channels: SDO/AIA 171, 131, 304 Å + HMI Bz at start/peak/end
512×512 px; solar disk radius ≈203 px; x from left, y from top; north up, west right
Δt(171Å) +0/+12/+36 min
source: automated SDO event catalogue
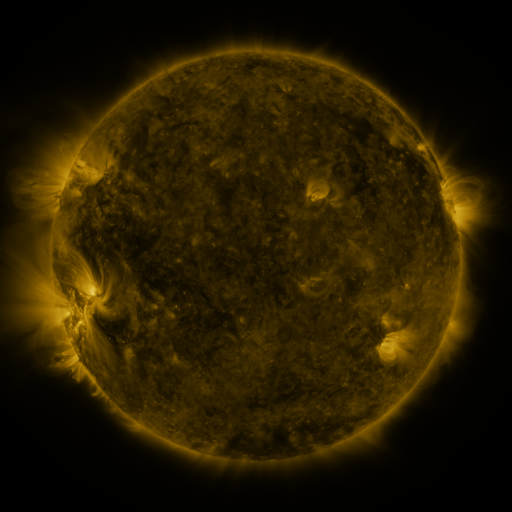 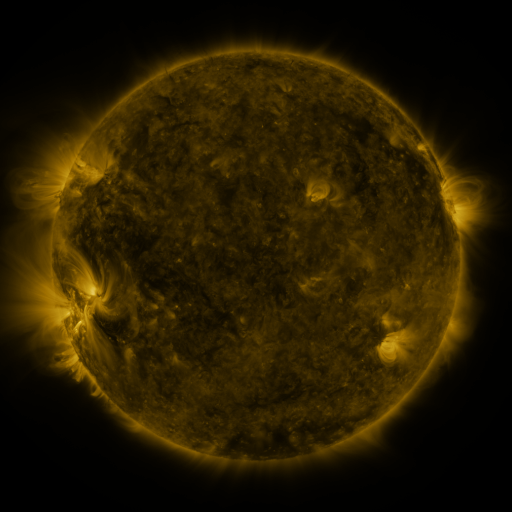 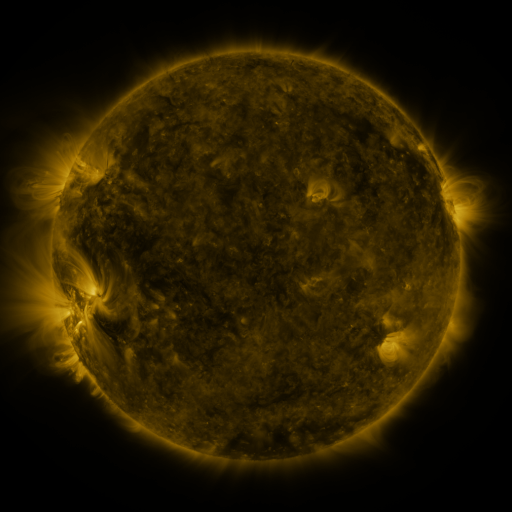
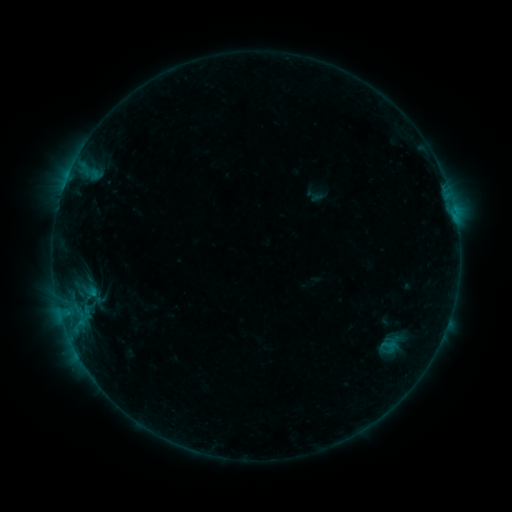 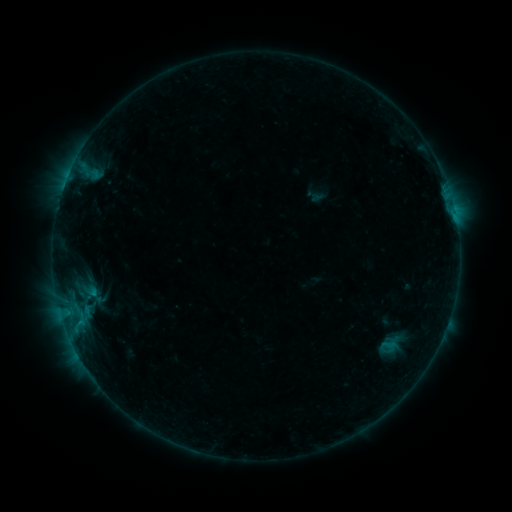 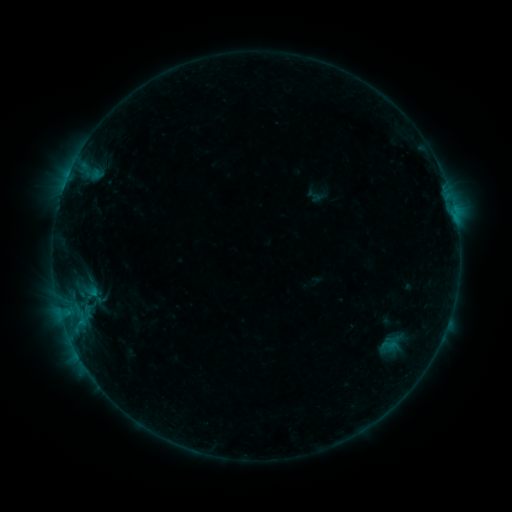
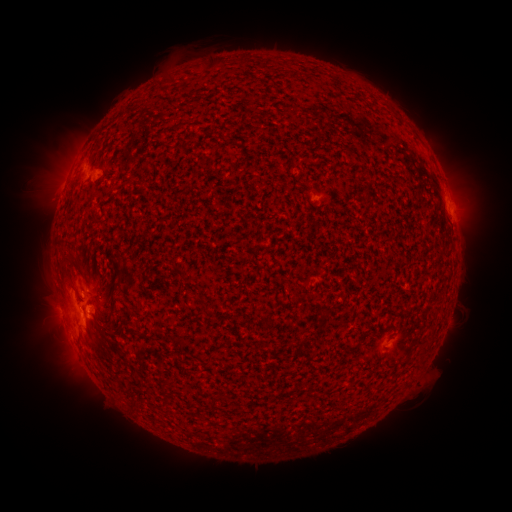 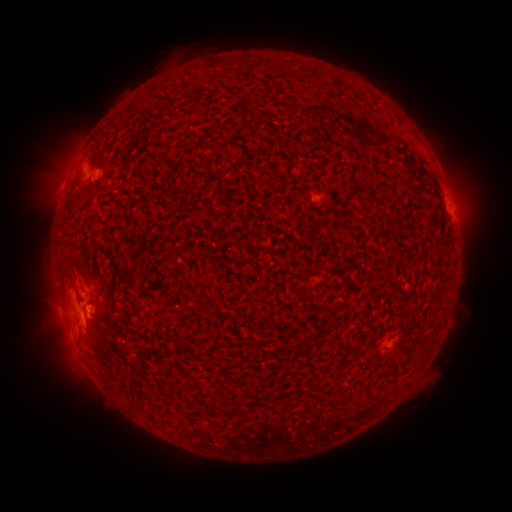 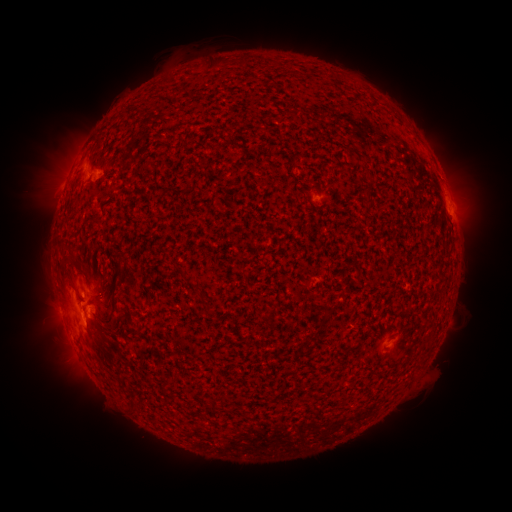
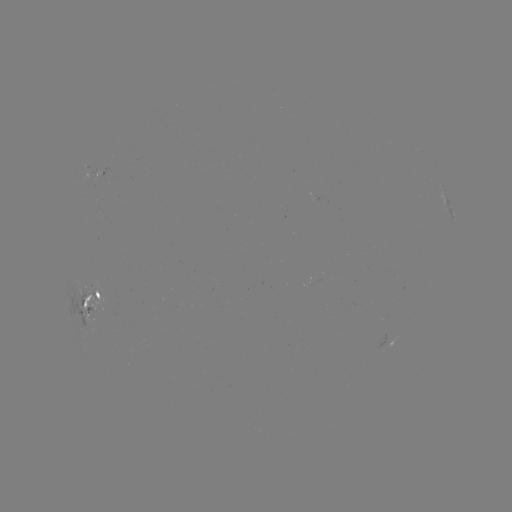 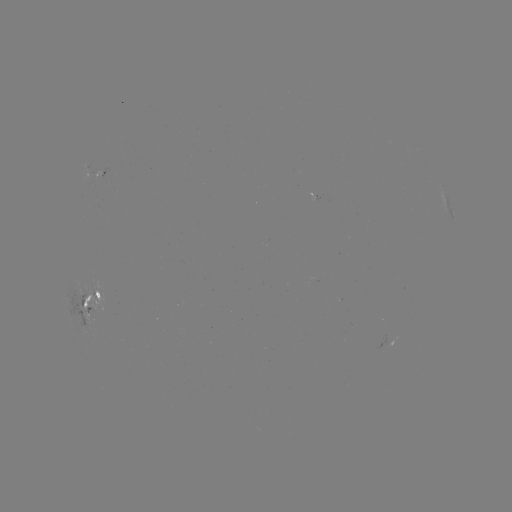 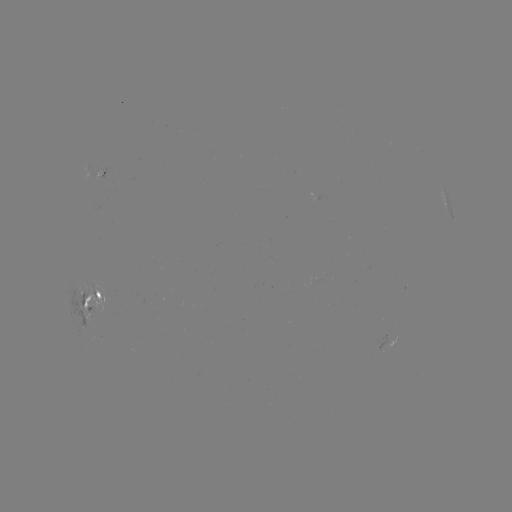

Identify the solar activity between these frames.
emerging-flux region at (85, 290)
